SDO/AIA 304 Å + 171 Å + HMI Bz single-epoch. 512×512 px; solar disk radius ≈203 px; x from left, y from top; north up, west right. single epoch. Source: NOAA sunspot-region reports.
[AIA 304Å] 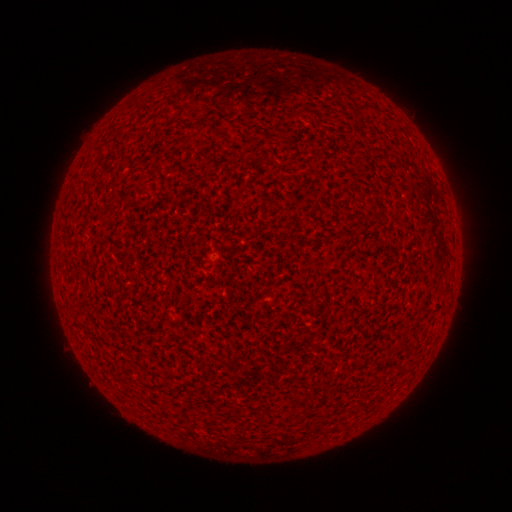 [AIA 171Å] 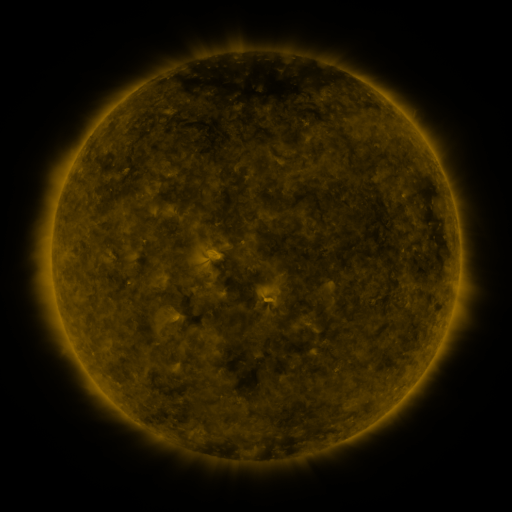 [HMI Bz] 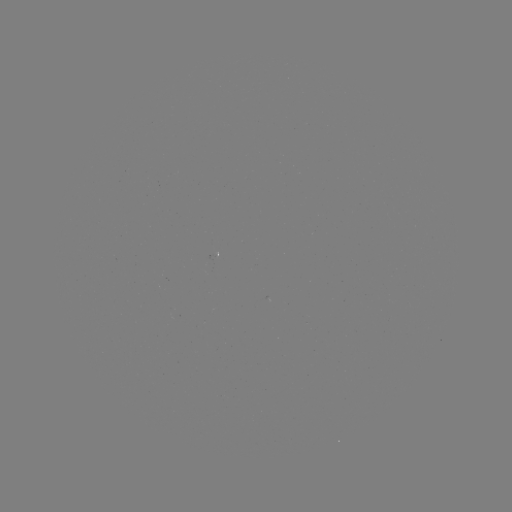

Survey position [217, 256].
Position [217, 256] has spotted active region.